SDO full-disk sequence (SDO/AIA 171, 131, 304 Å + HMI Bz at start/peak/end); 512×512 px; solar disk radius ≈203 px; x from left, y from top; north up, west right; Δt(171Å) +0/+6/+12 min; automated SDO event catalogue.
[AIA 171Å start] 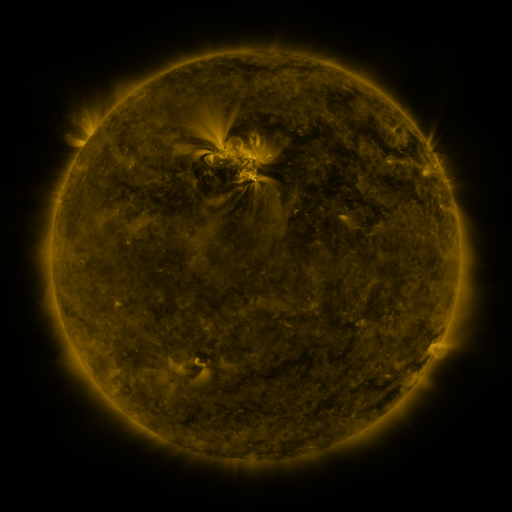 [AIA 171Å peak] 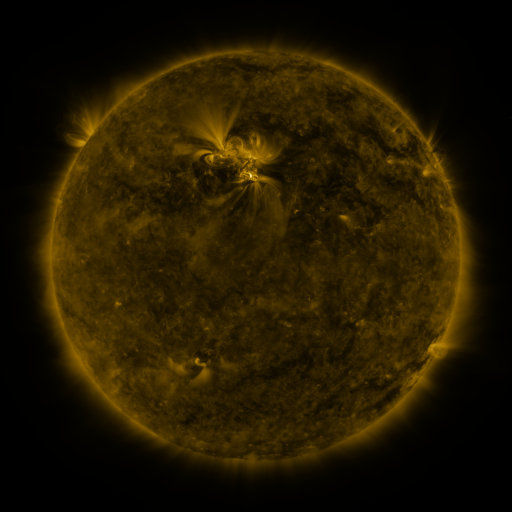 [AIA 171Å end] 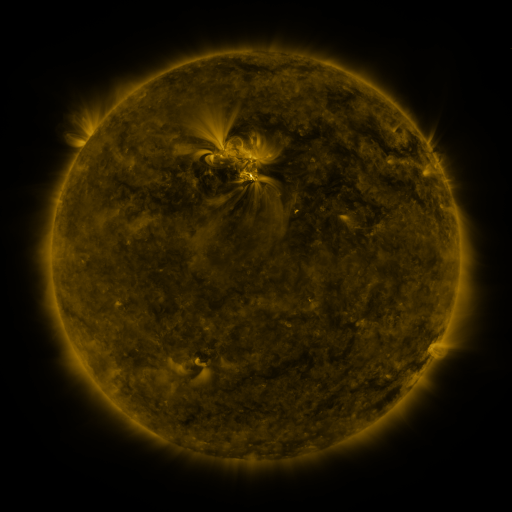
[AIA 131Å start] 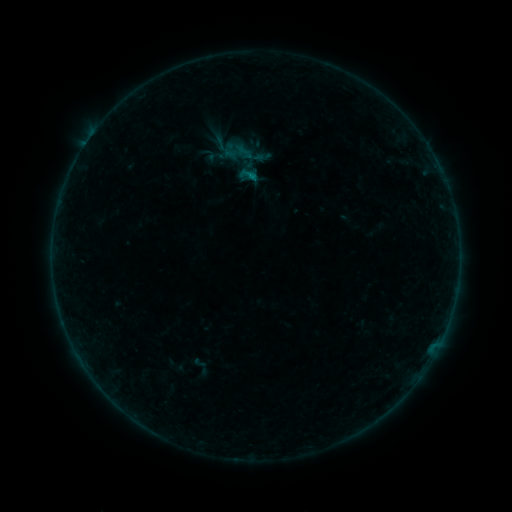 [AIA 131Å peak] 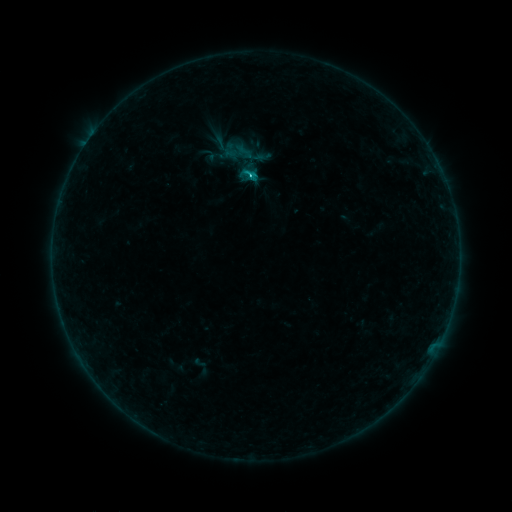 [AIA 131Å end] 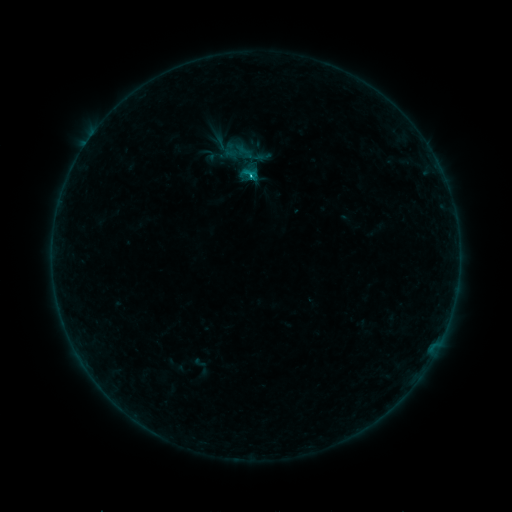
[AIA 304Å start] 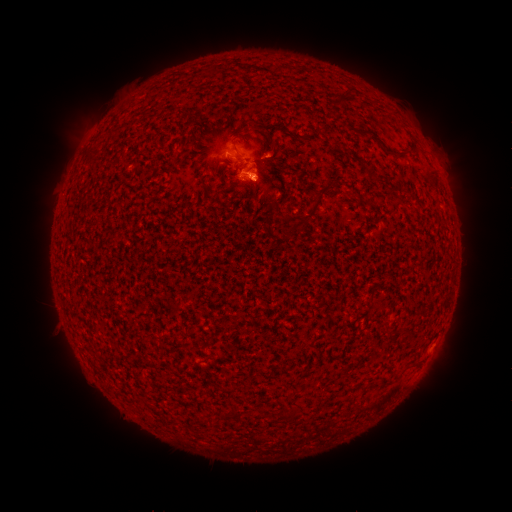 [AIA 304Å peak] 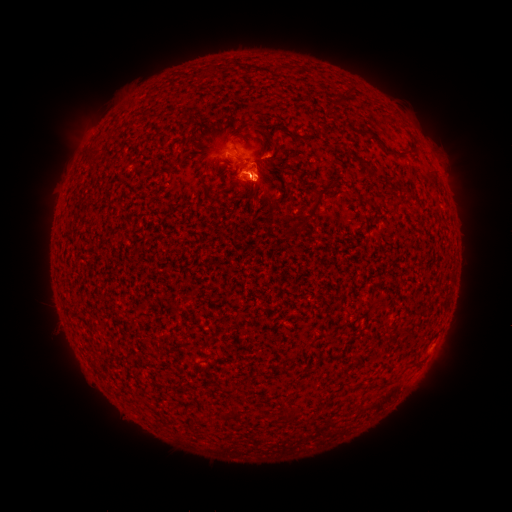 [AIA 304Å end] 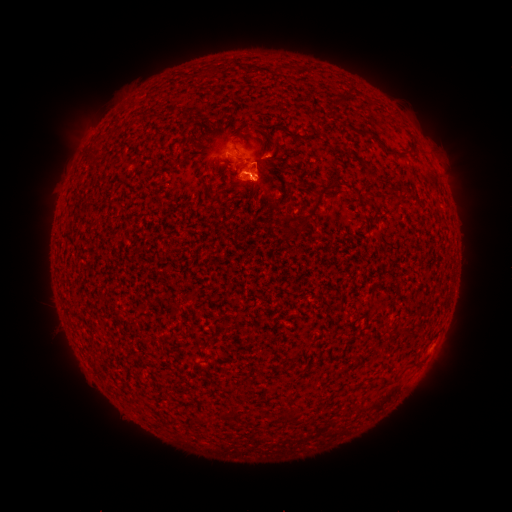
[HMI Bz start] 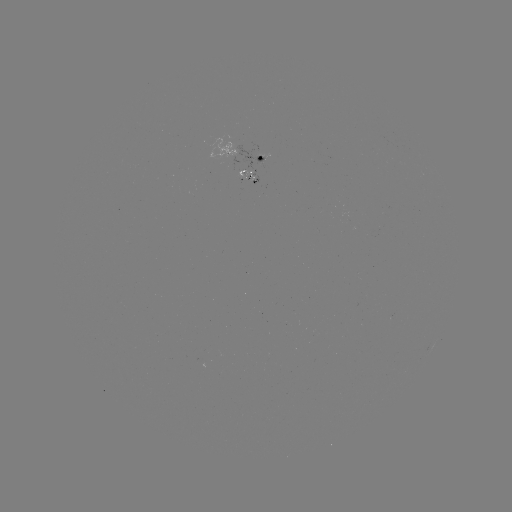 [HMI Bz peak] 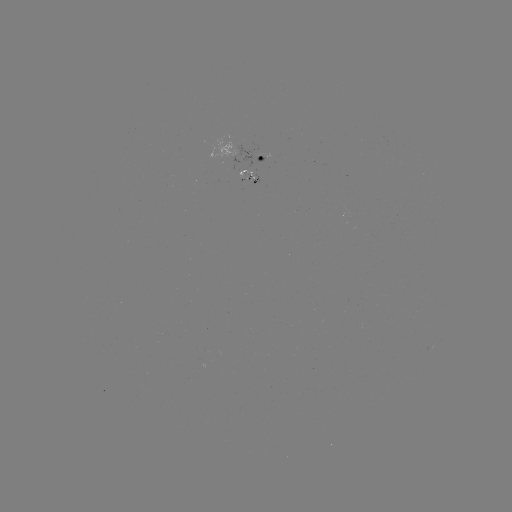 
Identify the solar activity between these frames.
C1.0 flare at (252, 175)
